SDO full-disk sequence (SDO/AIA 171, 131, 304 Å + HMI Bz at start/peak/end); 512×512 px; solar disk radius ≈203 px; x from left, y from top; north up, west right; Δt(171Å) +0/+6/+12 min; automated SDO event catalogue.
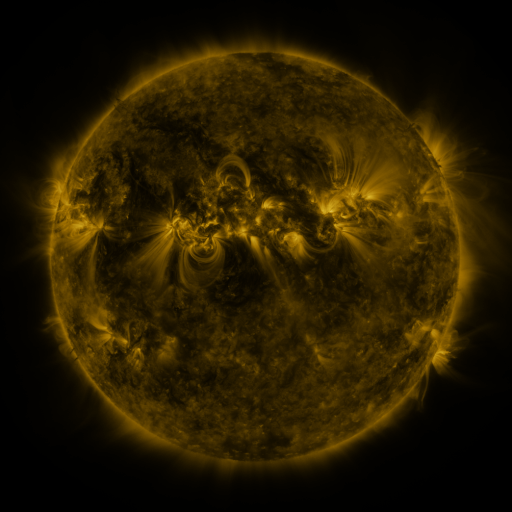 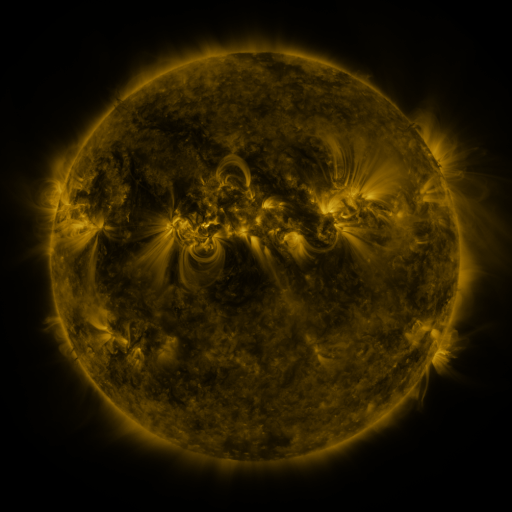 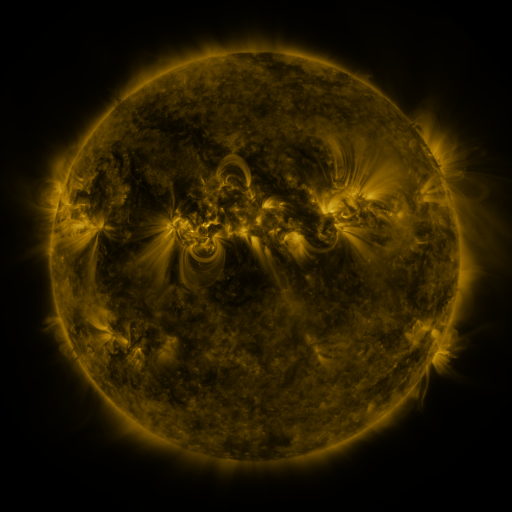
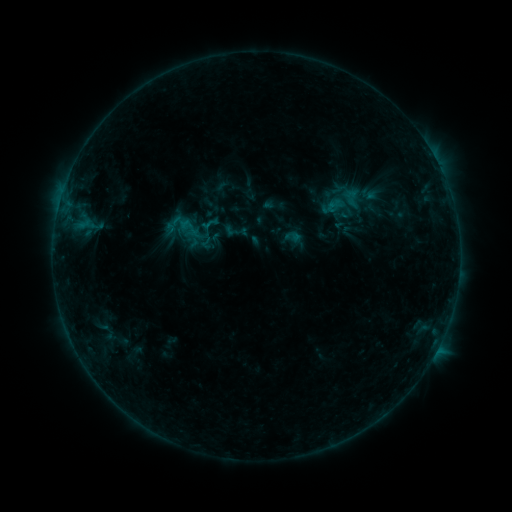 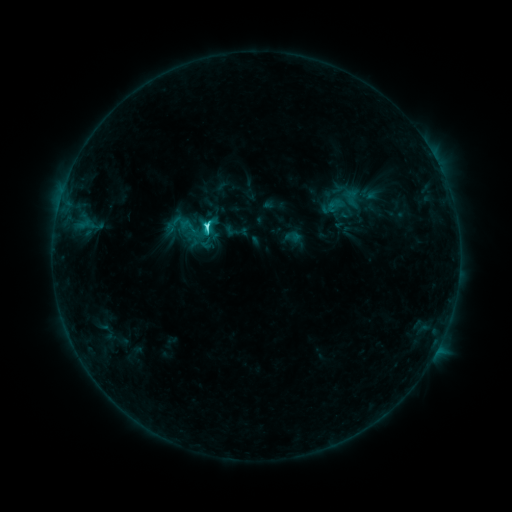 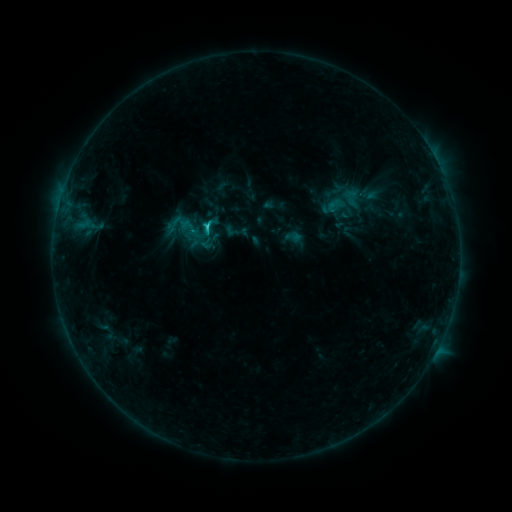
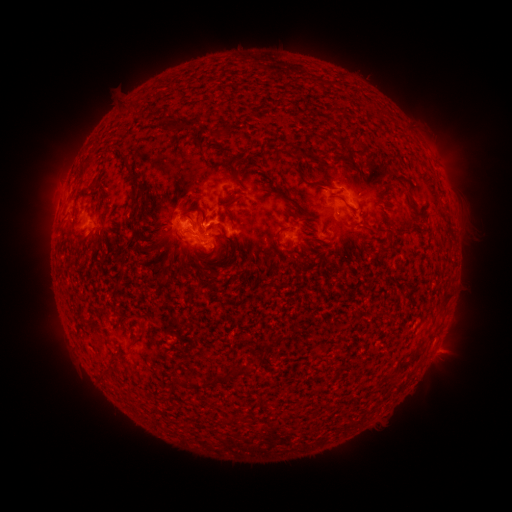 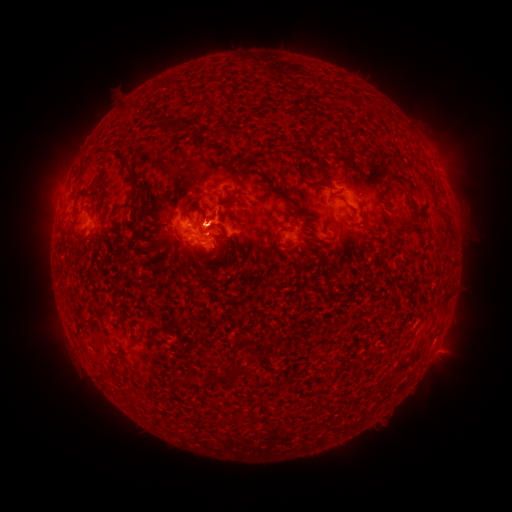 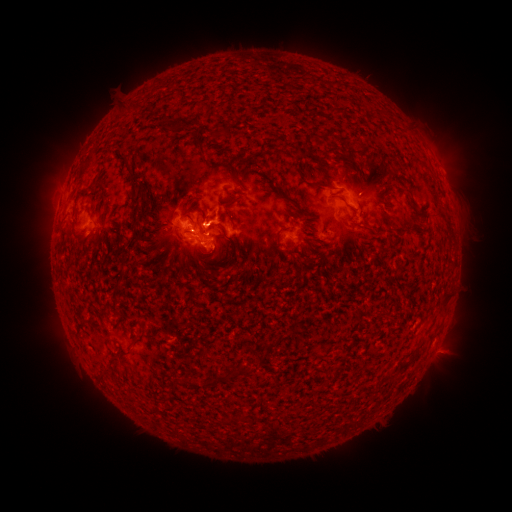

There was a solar flare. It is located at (208, 226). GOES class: C3.3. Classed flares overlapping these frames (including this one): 1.